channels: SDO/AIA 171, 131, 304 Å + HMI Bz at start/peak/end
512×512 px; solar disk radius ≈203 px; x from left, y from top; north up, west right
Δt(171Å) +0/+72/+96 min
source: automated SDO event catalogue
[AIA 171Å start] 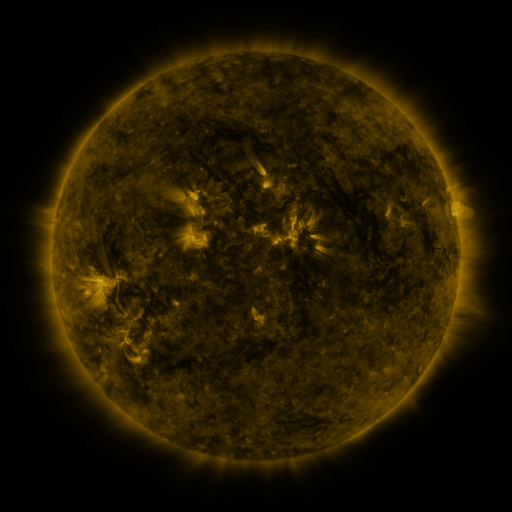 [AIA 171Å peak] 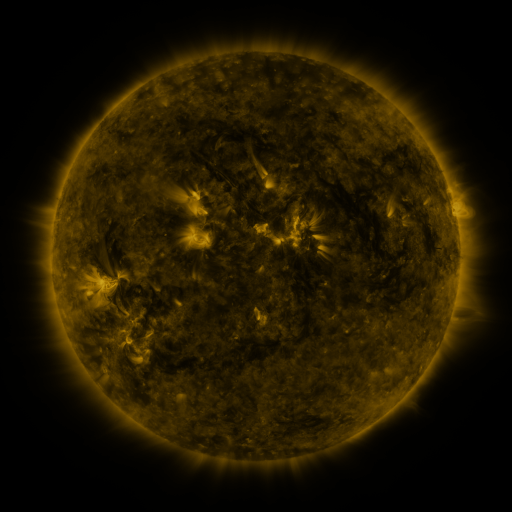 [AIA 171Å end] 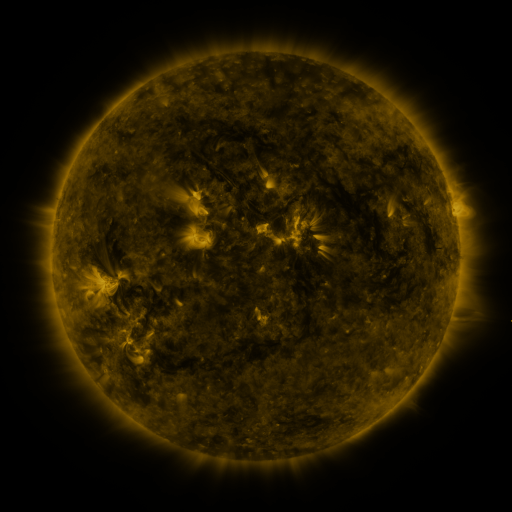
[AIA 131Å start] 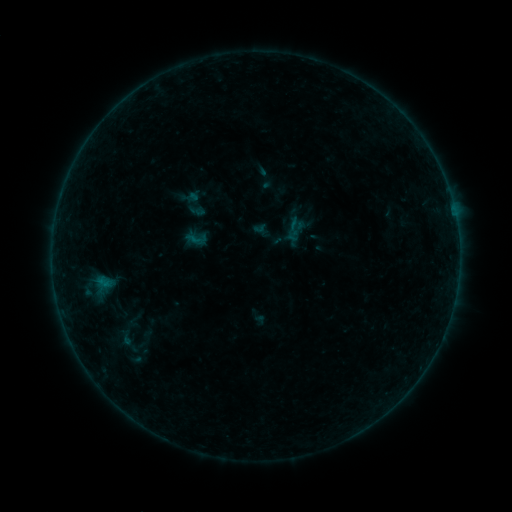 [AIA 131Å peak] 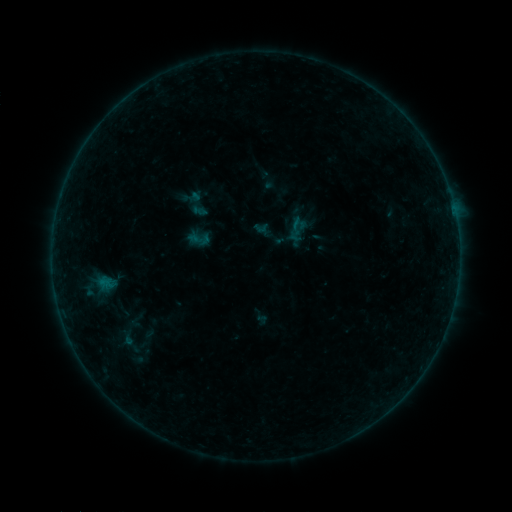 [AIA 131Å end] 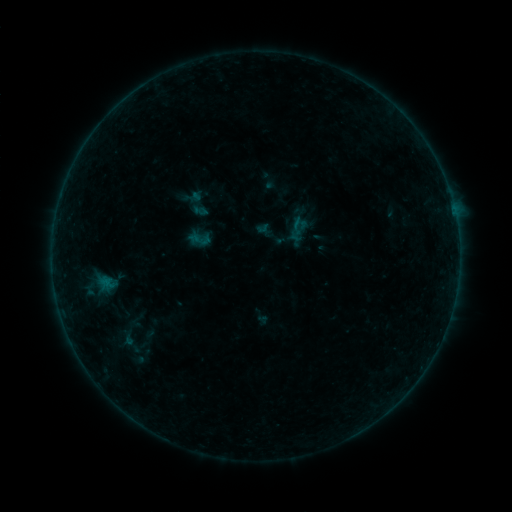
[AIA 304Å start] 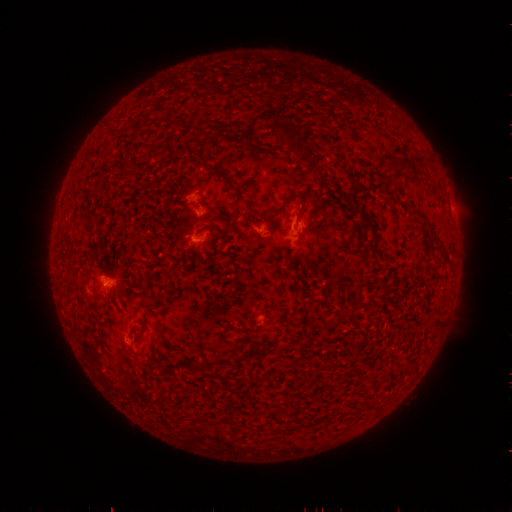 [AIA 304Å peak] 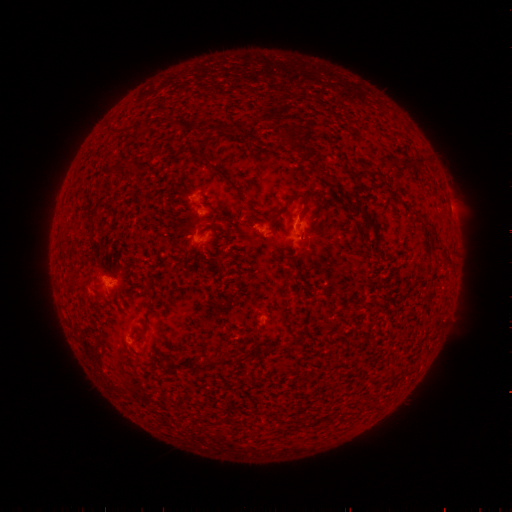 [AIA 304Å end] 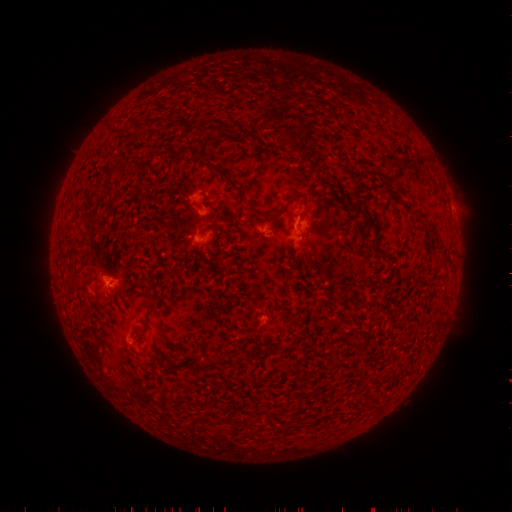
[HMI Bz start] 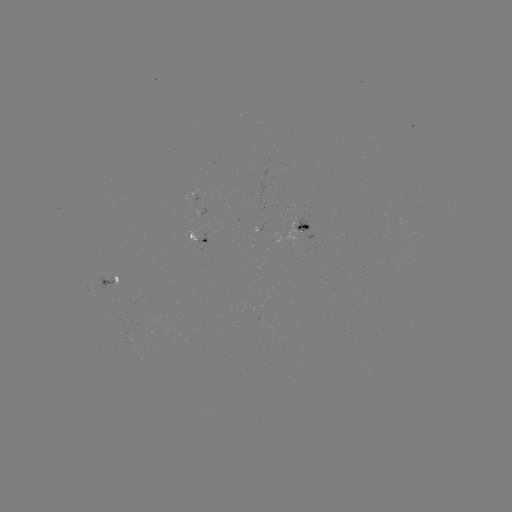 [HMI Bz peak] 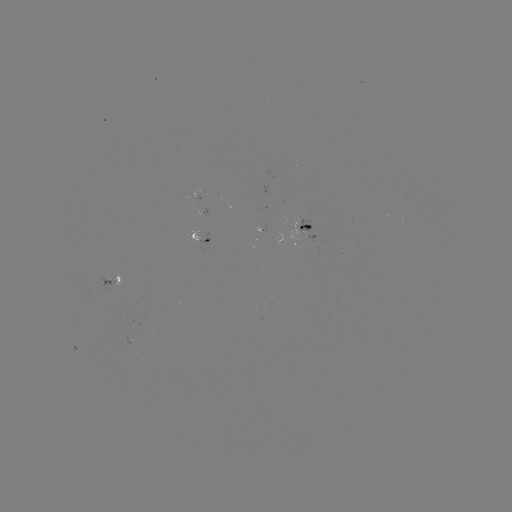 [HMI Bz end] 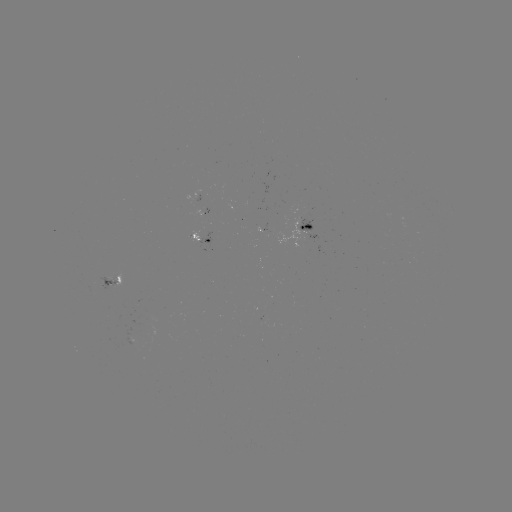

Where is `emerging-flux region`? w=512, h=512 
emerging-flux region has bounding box [191, 210, 202, 218].